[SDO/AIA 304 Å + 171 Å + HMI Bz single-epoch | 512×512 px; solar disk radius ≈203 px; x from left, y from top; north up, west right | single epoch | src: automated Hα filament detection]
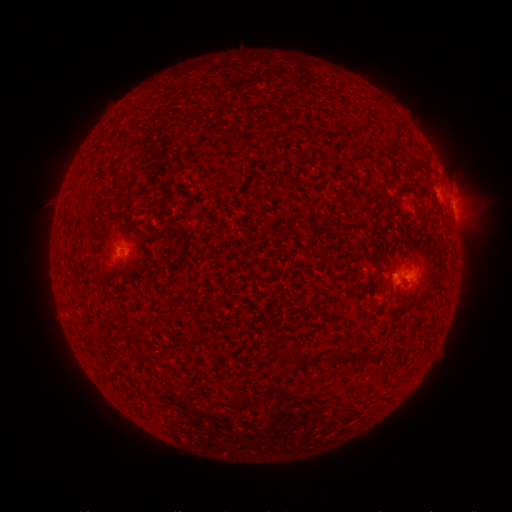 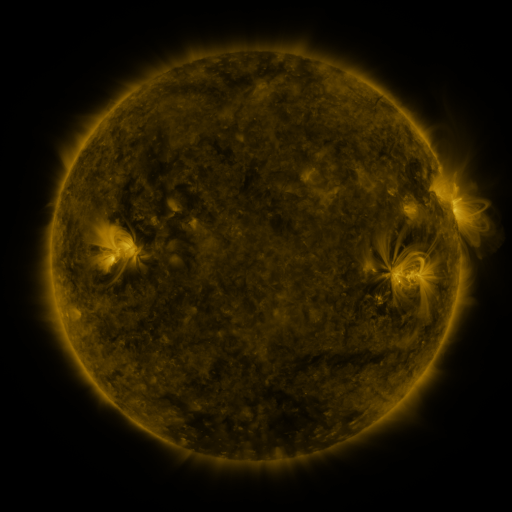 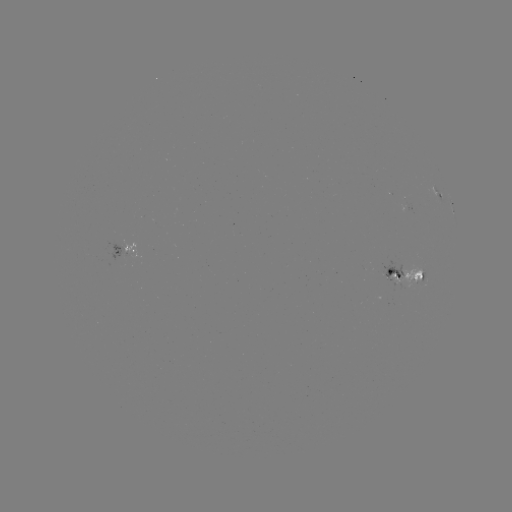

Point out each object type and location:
filament: (396, 140)
filament: (117, 175)
filament: (372, 258)
filament: (150, 321)
filament: (128, 336)
filament: (349, 357)
